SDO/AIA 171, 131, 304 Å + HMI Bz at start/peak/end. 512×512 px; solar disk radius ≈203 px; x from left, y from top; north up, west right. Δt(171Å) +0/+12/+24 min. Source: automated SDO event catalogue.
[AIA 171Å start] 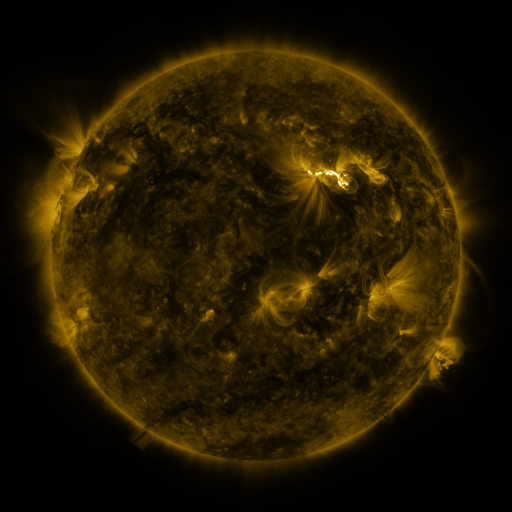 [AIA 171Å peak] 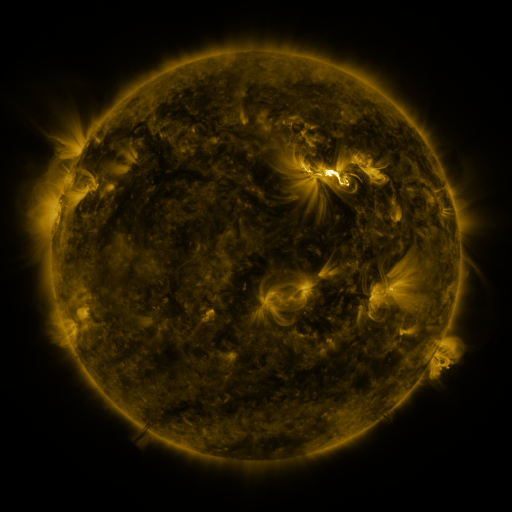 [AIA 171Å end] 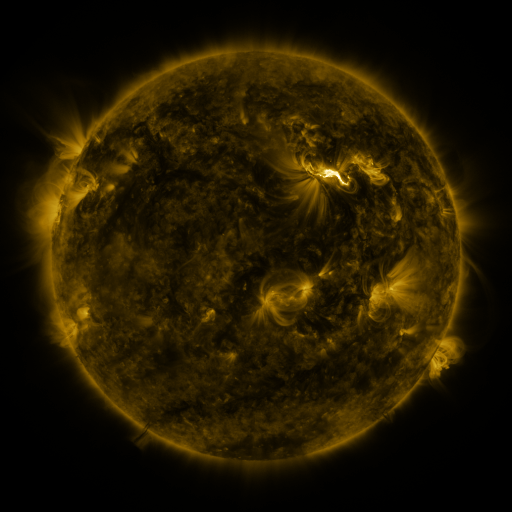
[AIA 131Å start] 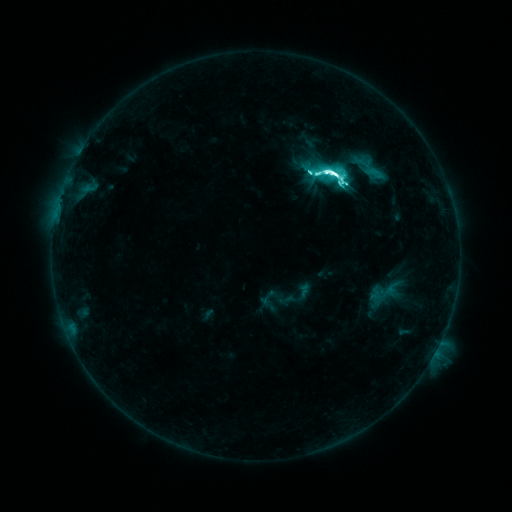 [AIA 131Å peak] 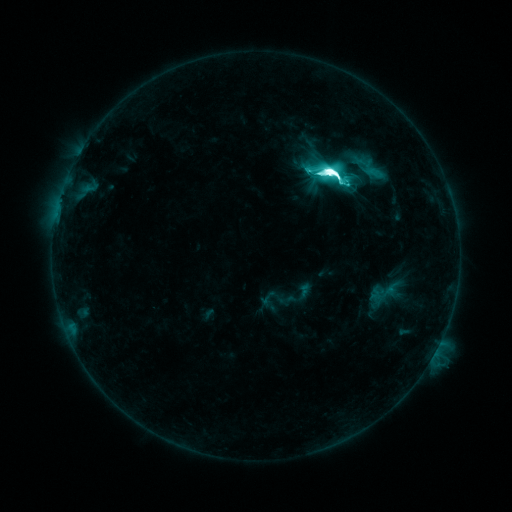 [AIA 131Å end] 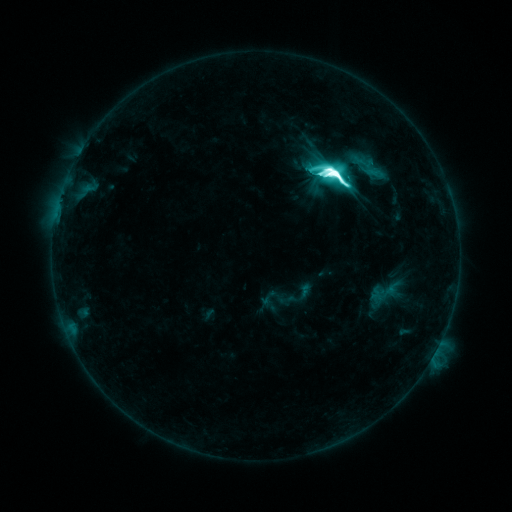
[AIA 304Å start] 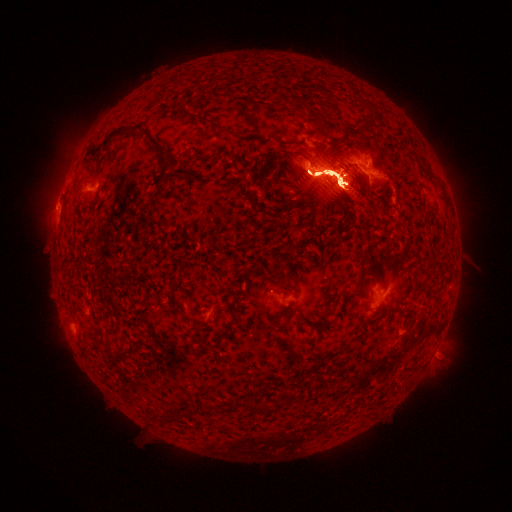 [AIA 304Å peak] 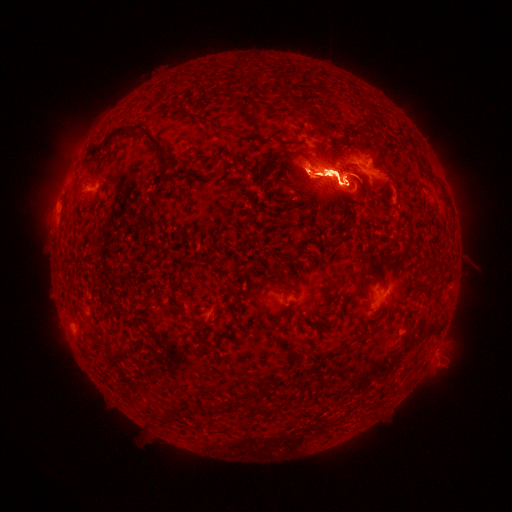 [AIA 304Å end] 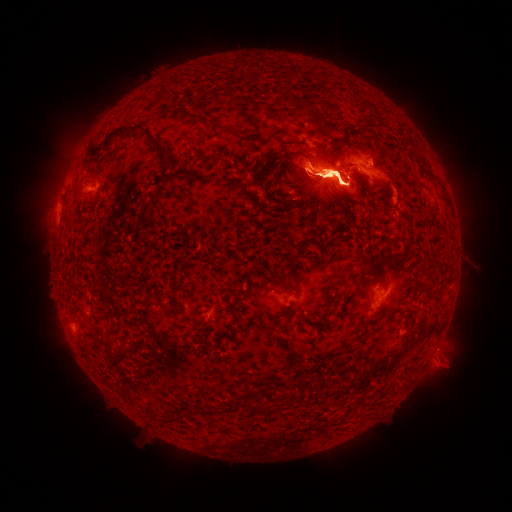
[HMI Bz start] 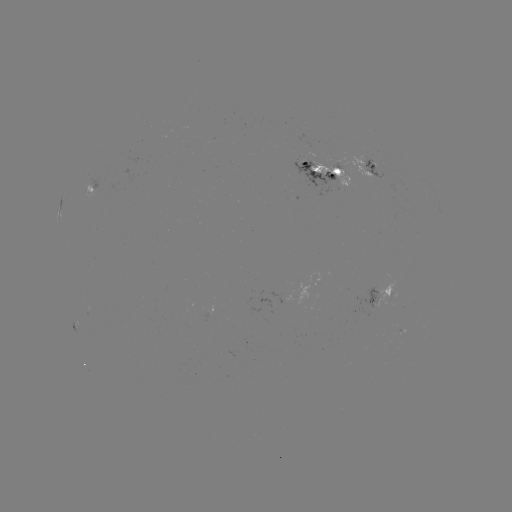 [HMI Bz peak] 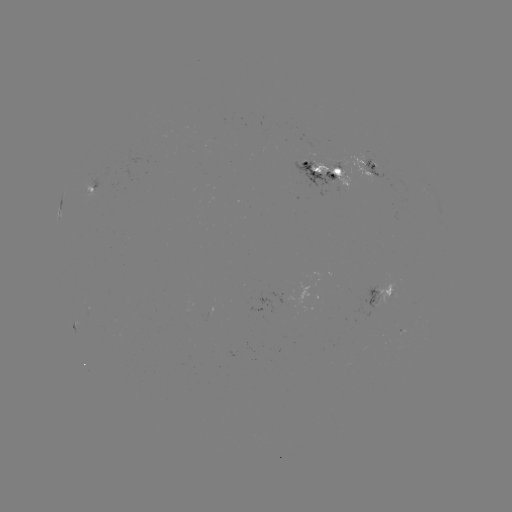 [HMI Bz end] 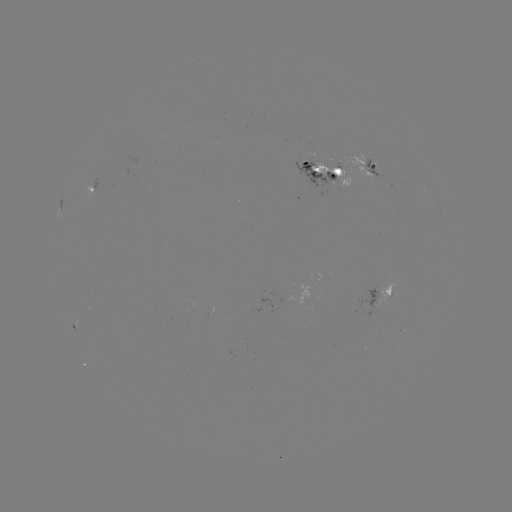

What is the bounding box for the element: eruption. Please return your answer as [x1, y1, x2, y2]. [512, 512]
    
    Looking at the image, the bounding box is [304, 65, 356, 92].